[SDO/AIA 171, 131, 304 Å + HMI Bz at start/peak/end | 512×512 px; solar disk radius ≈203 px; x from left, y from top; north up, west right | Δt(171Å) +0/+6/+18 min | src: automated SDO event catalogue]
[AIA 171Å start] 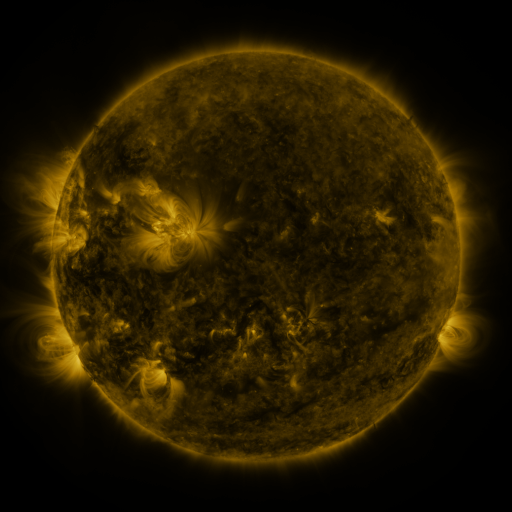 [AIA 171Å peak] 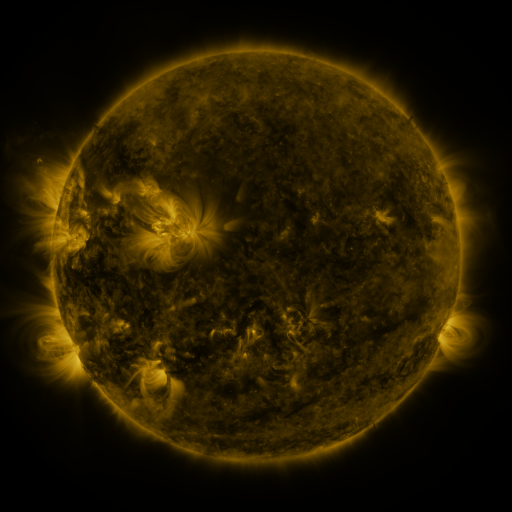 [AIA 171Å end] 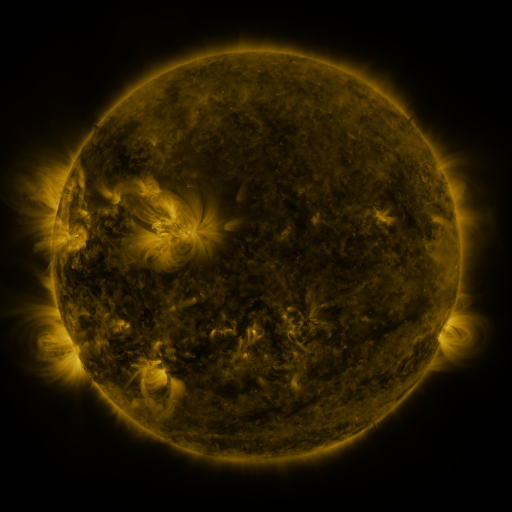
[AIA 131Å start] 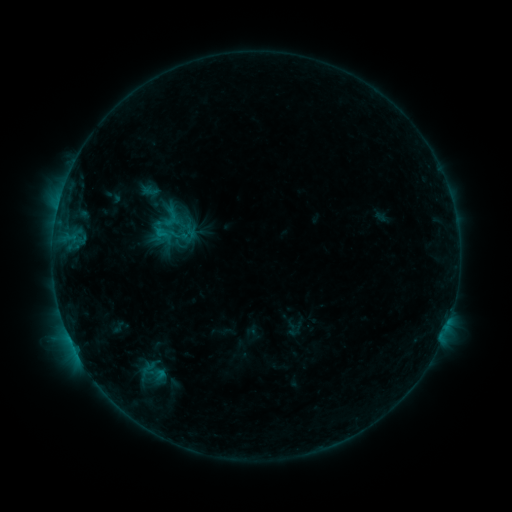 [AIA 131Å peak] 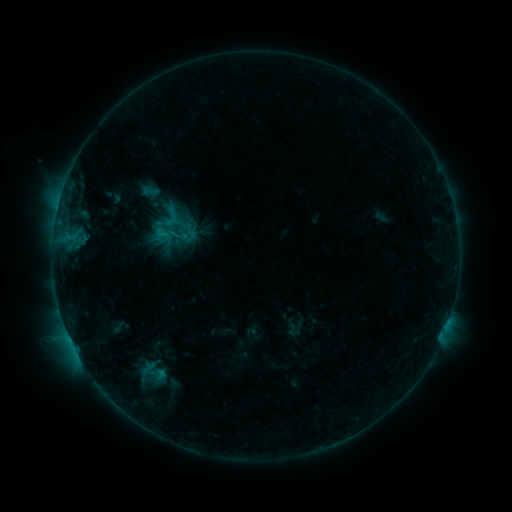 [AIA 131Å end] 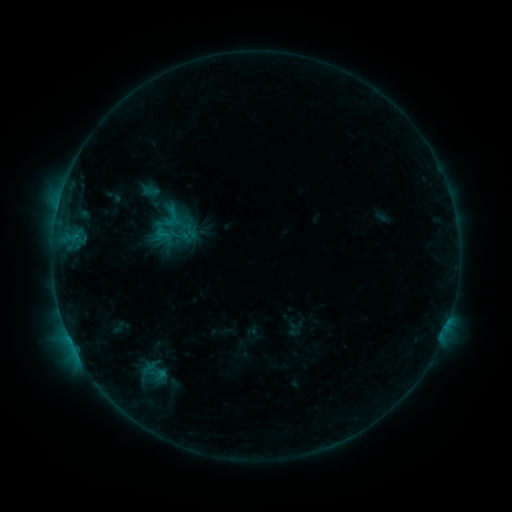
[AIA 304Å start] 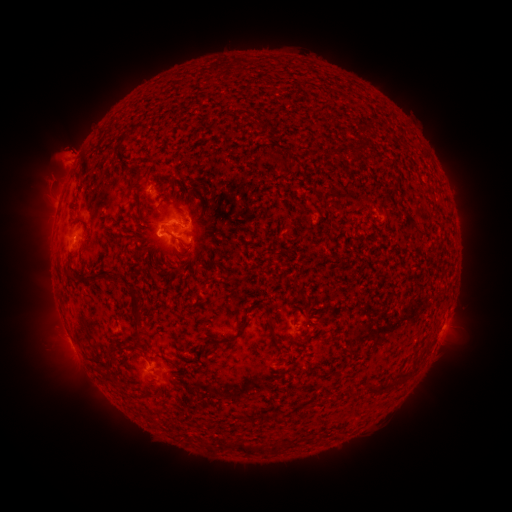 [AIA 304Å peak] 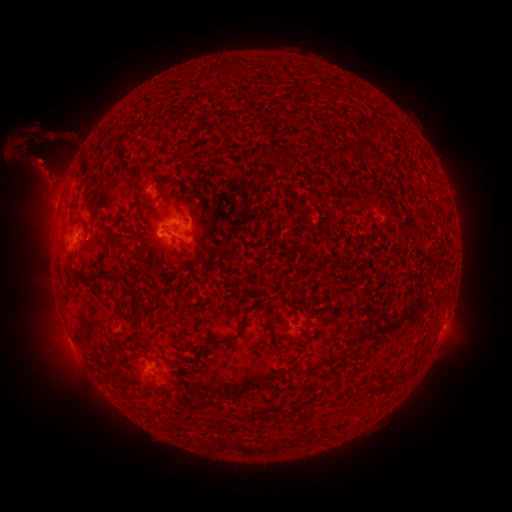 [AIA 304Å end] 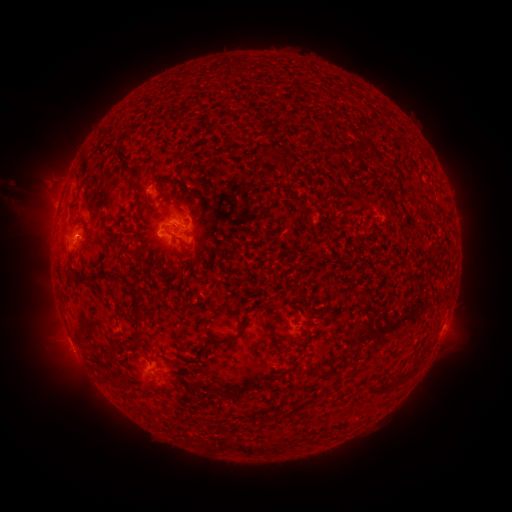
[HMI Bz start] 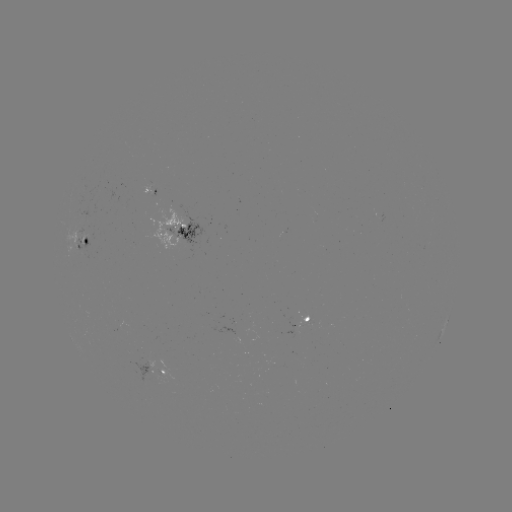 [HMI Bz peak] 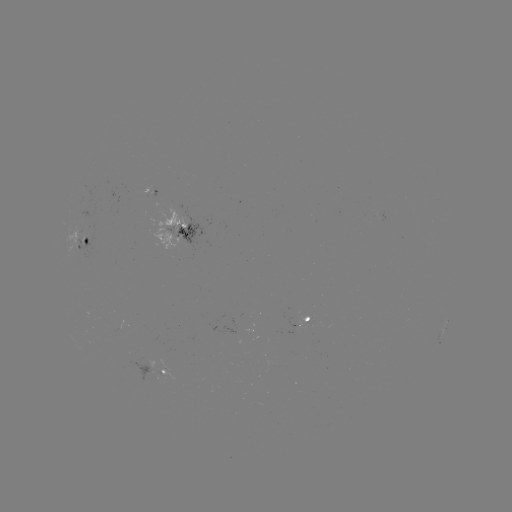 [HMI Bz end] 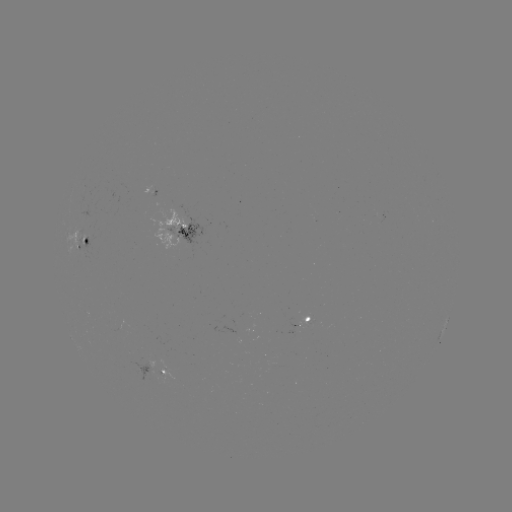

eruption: (0, 92, 96, 232)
